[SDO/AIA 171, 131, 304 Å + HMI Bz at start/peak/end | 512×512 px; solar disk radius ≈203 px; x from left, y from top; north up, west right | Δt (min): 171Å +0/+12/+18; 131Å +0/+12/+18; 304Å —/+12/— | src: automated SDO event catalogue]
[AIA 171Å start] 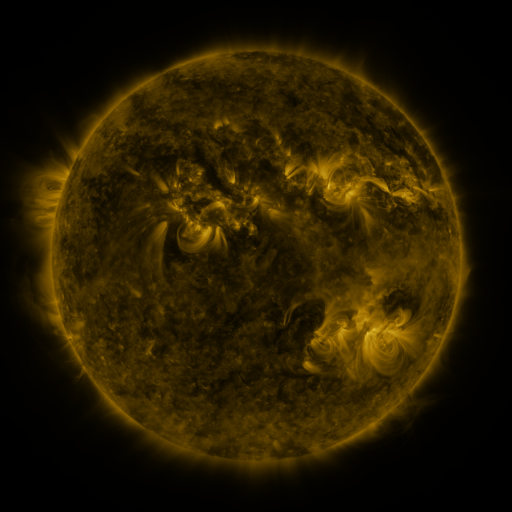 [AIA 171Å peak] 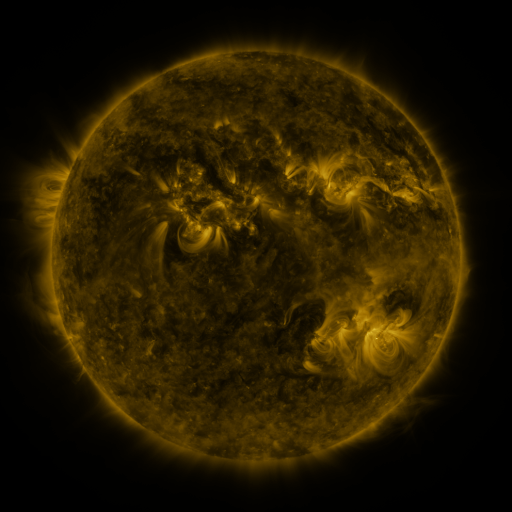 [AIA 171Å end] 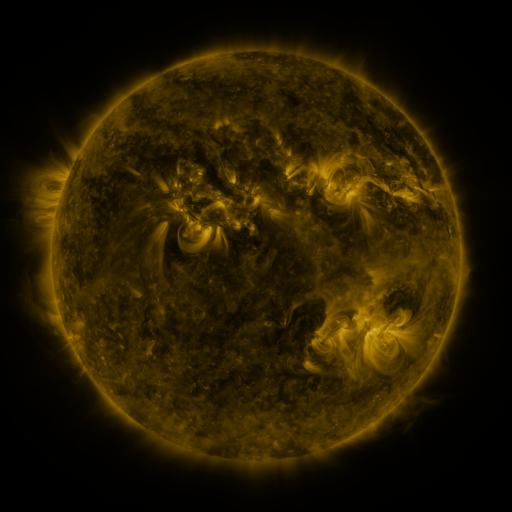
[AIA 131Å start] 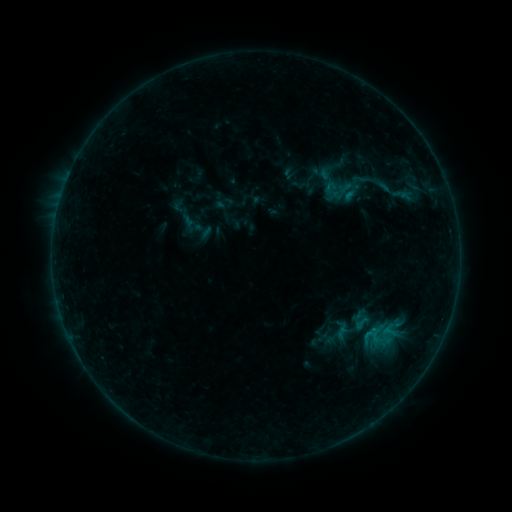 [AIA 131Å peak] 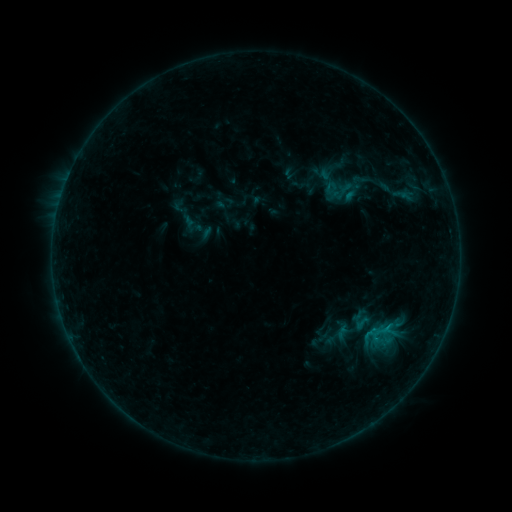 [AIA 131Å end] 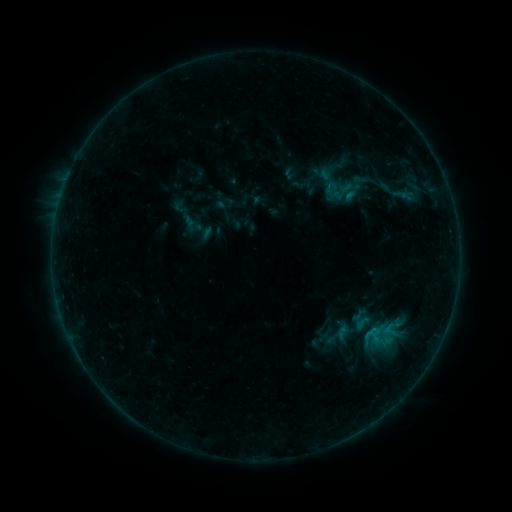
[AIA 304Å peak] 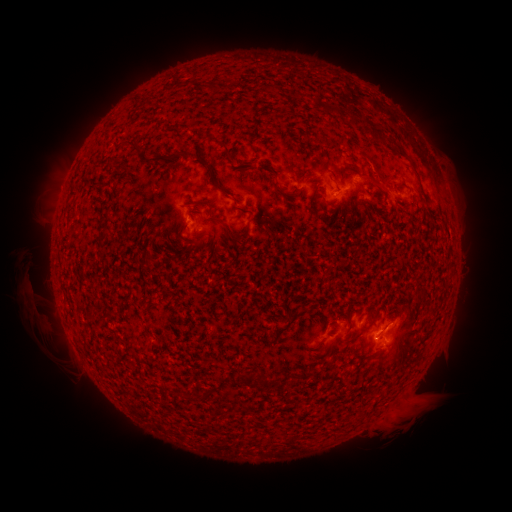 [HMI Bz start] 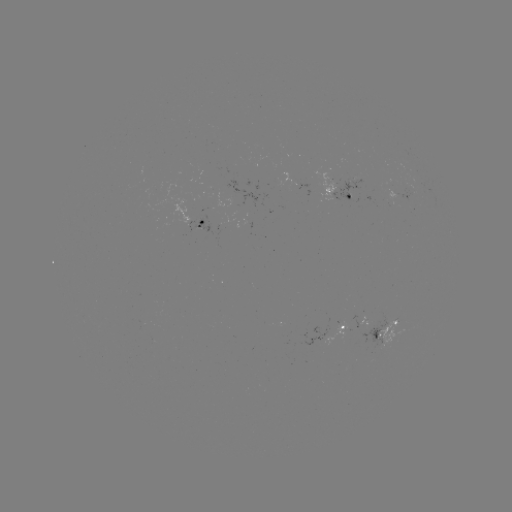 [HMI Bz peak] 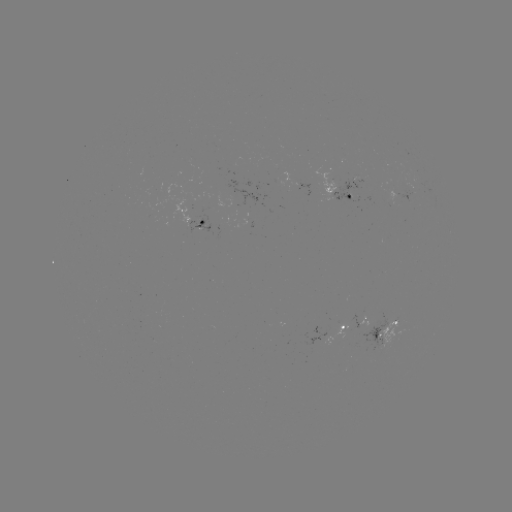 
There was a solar flare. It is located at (386, 325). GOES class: B3.6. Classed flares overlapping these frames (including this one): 1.